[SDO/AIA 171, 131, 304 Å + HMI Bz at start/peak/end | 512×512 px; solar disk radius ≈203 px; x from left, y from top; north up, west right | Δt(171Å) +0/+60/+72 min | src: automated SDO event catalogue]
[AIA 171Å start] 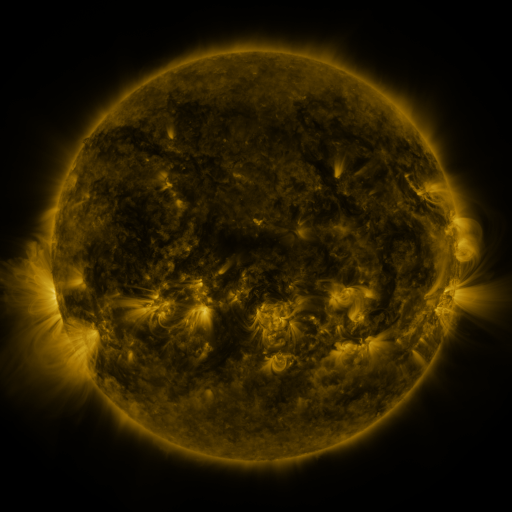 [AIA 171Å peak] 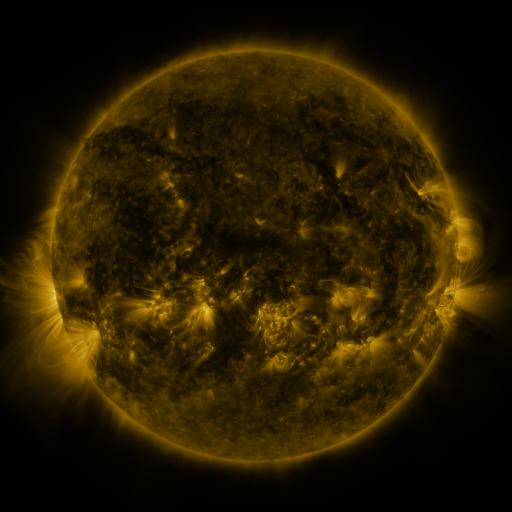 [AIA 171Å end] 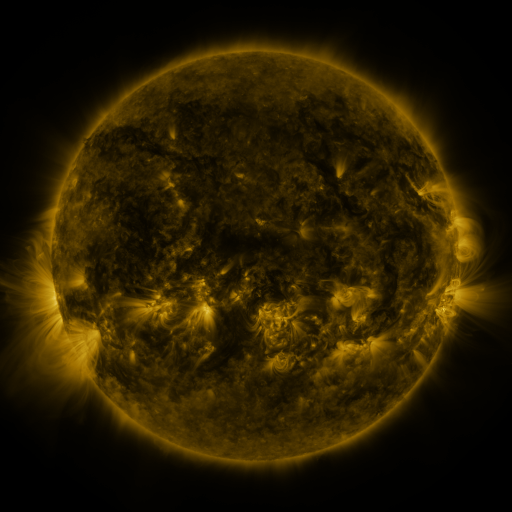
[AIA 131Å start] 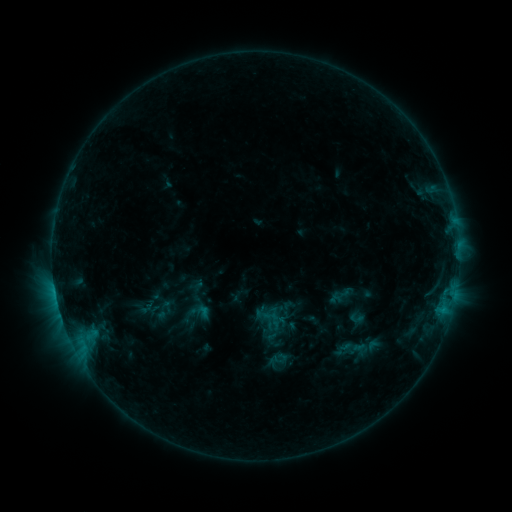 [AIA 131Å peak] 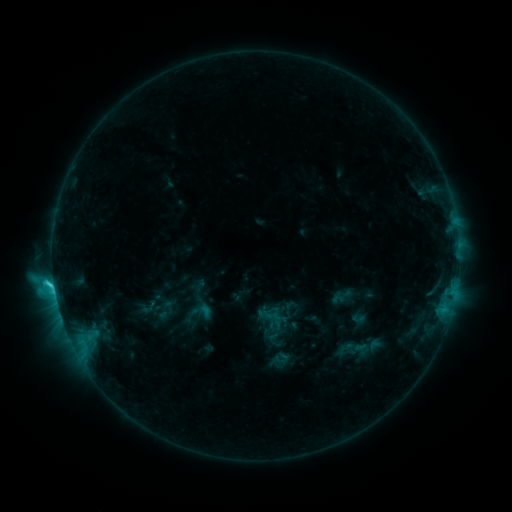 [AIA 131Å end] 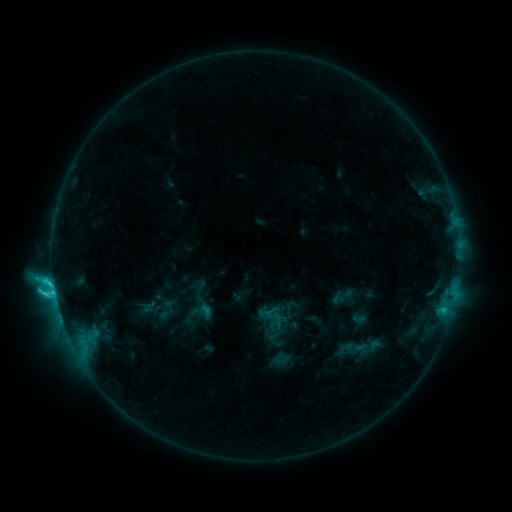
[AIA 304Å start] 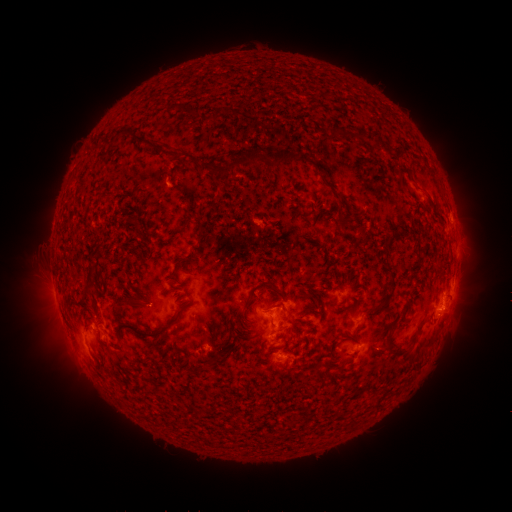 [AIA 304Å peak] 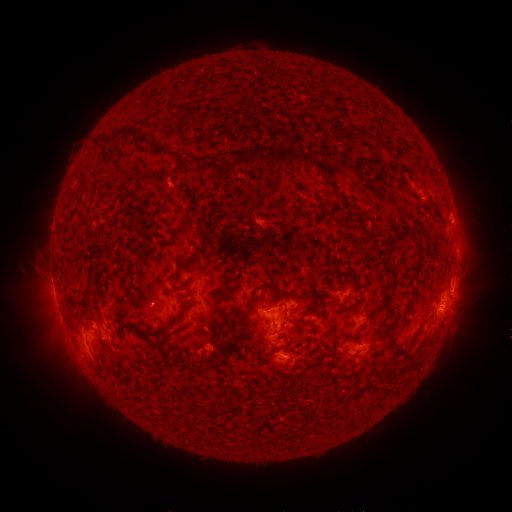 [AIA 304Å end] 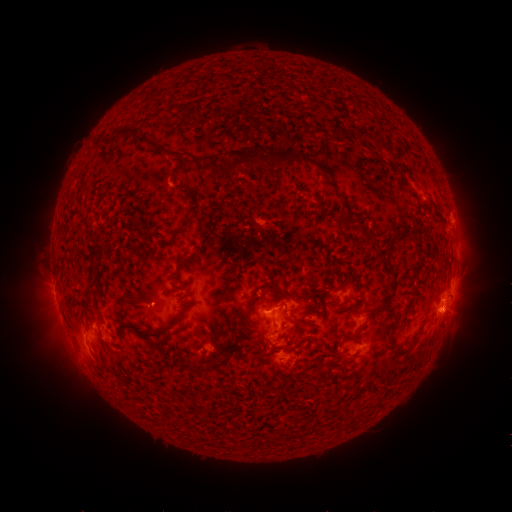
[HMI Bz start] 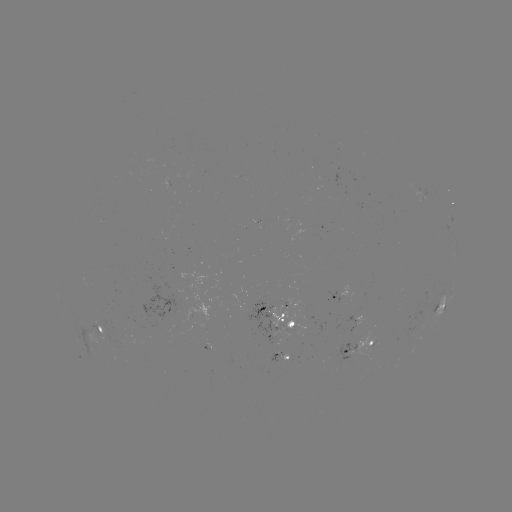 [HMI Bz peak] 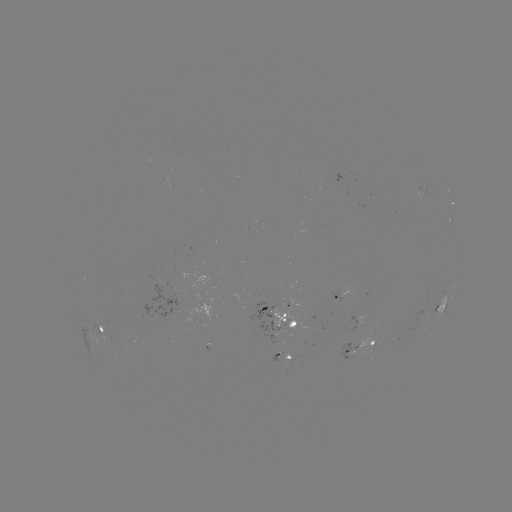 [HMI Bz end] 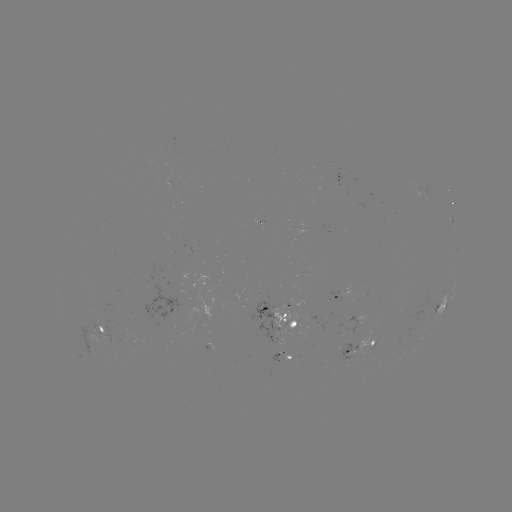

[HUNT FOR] emerging-flux region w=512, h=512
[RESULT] (194, 326)